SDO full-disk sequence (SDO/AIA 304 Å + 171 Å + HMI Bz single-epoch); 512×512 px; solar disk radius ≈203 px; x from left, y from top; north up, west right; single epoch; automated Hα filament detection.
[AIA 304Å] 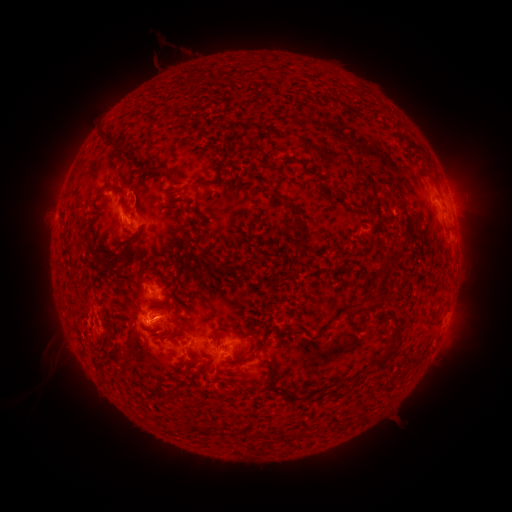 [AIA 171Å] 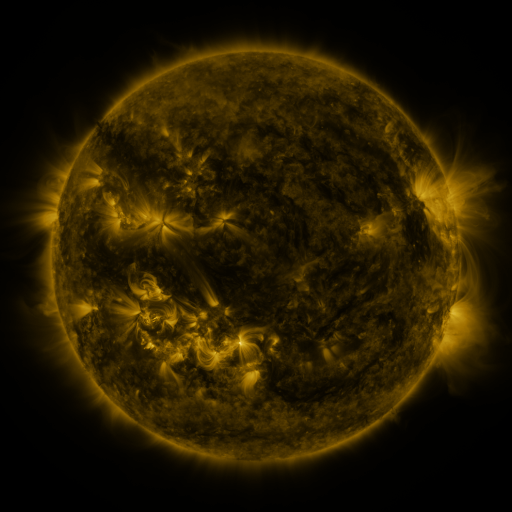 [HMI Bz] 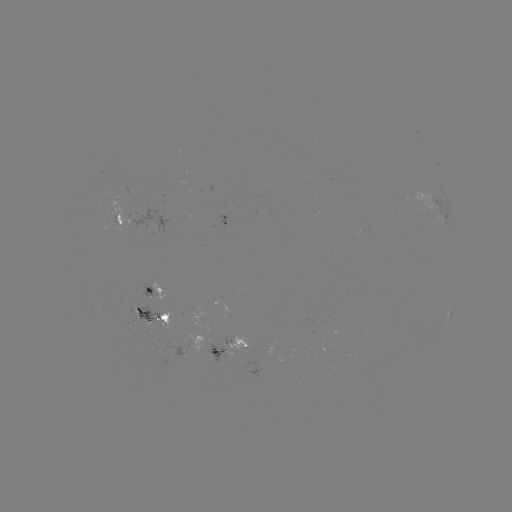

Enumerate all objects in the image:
filament: <bbox>243, 128, 253, 136</bbox>
filament: <bbox>275, 132, 312, 144</bbox>
filament: <bbox>331, 142, 341, 150</bbox>
filament: <bbox>268, 149, 280, 157</bbox>
filament: <bbox>360, 156, 372, 168</bbox>
filament: <bbox>74, 176, 82, 186</bbox>
filament: <bbox>229, 180, 239, 186</bbox>
filament: <bbox>95, 189, 113, 200</bbox>
filament: <bbox>132, 193, 159, 205</bbox>
filament: <bbox>180, 195, 193, 226</bbox>
filament: <bbox>117, 196, 125, 206</bbox>
filament: <bbox>389, 203, 398, 209</bbox>
filament: <bbox>281, 207, 295, 222</bbox>
filament: <bbox>99, 224, 117, 239</bbox>
filament: <bbox>85, 228, 95, 242</bbox>
filament: <bbox>367, 265, 380, 282</bbox>
filament: <bbox>205, 266, 227, 283</bbox>
filament: <bbox>171, 274, 181, 281</bbox>
filament: <bbox>97, 292, 109, 305</bbox>
filament: <bbox>111, 296, 124, 306</bbox>
filament: <bbox>150, 296, 159, 305</bbox>
filament: <bbox>398, 302, 420, 333</bbox>
filament: <bbox>185, 323, 192, 332</bbox>
filament: <bbox>239, 335, 254, 351</bbox>
filament: <bbox>254, 352, 274, 368</bbox>
filament: <bbox>362, 360, 378, 372</bbox>
filament: <bbox>129, 370, 140, 390</bbox>
filament: <bbox>210, 372, 216, 383</bbox>
